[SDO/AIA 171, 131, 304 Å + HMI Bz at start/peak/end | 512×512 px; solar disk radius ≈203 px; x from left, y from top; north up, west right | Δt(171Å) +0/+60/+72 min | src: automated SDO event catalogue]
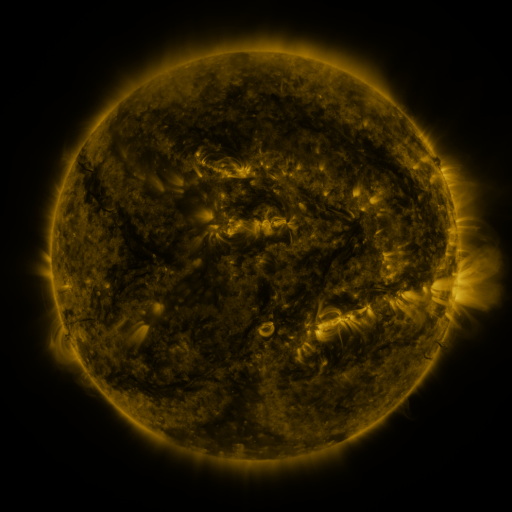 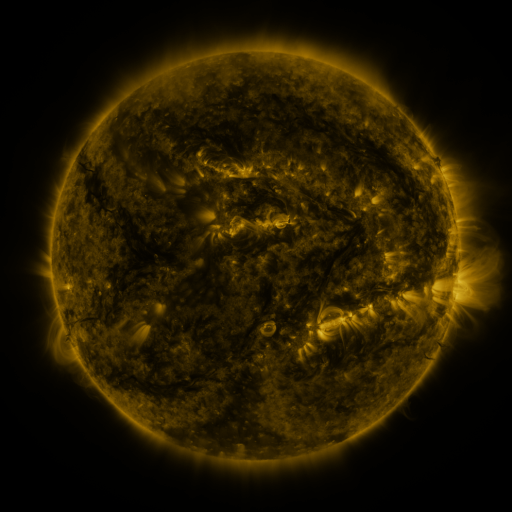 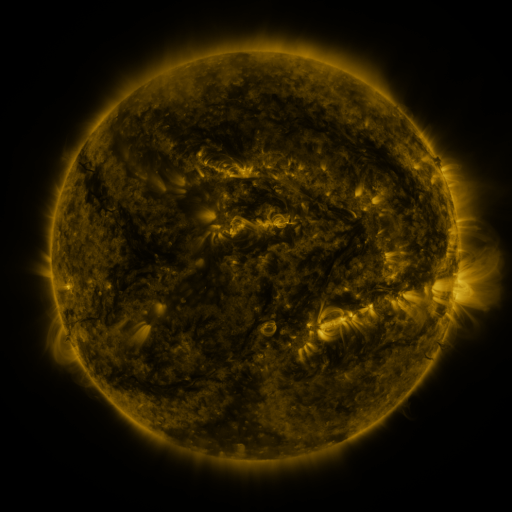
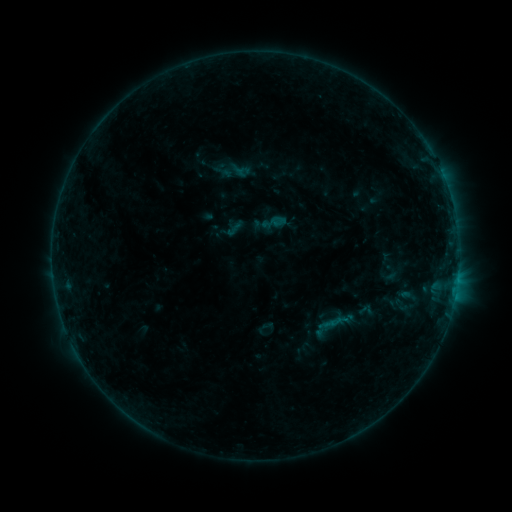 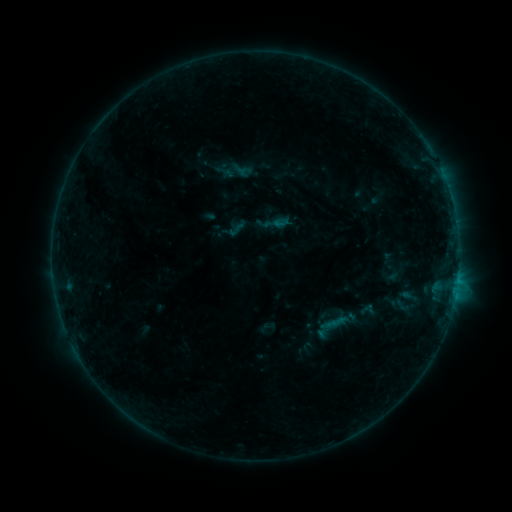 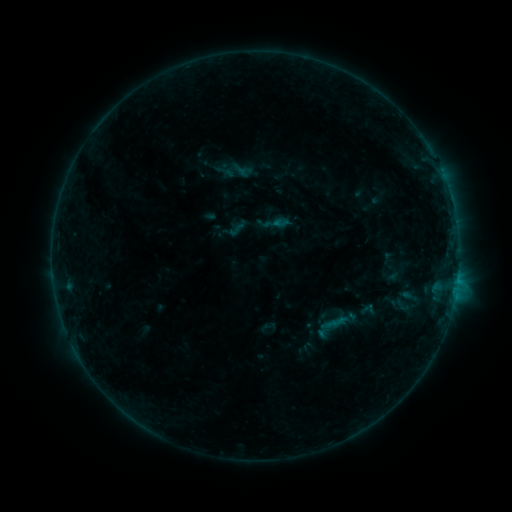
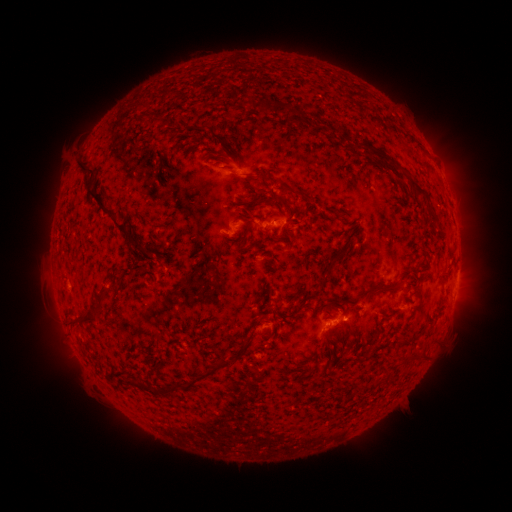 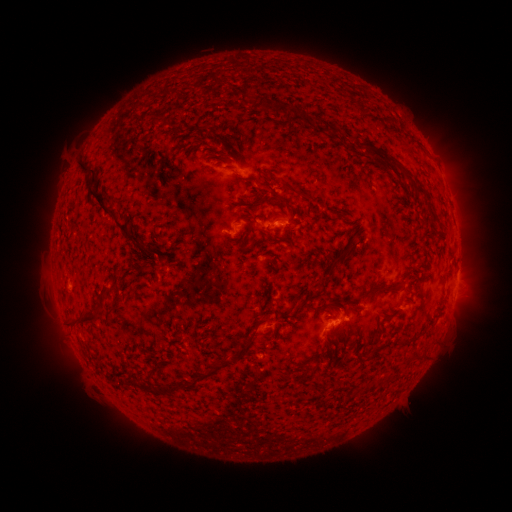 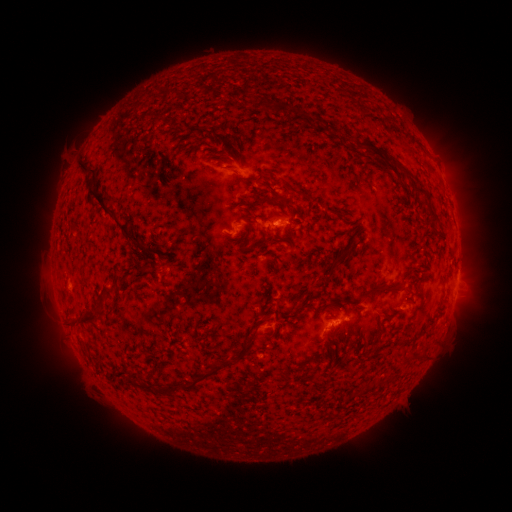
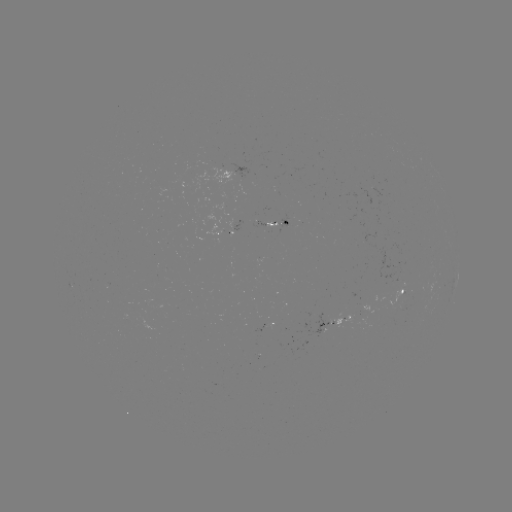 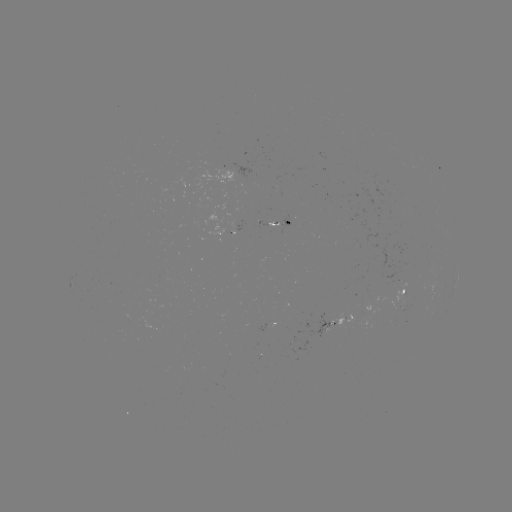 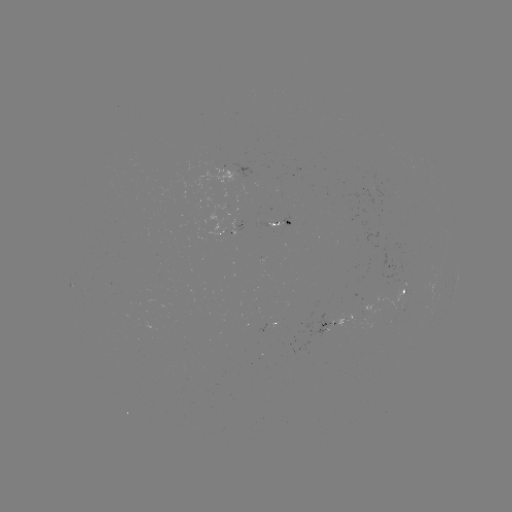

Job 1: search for emerging-flux region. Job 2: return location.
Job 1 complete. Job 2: [266, 327].